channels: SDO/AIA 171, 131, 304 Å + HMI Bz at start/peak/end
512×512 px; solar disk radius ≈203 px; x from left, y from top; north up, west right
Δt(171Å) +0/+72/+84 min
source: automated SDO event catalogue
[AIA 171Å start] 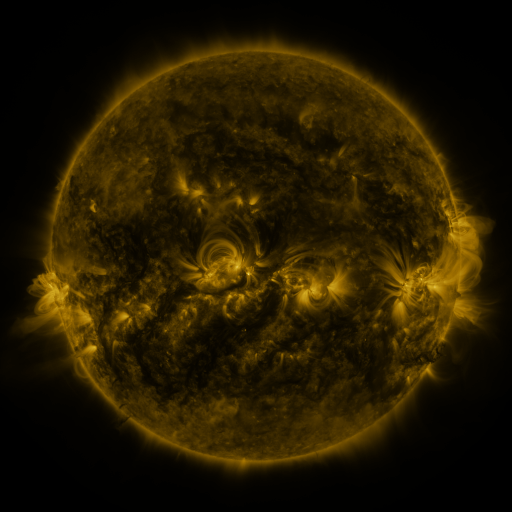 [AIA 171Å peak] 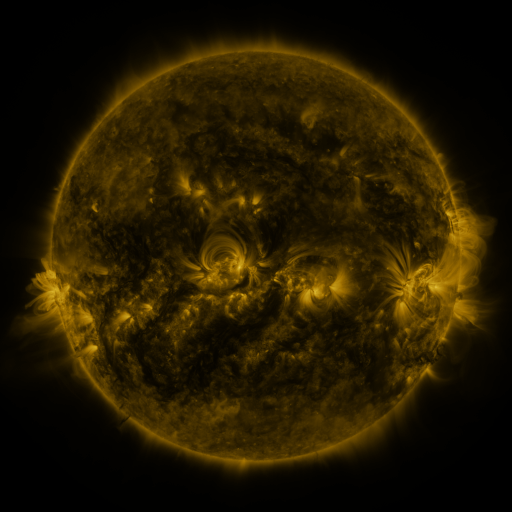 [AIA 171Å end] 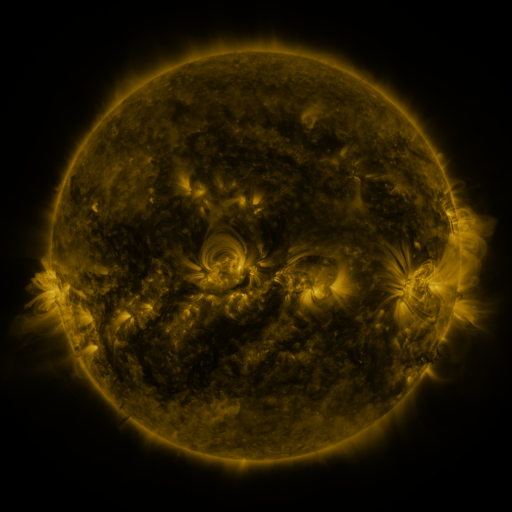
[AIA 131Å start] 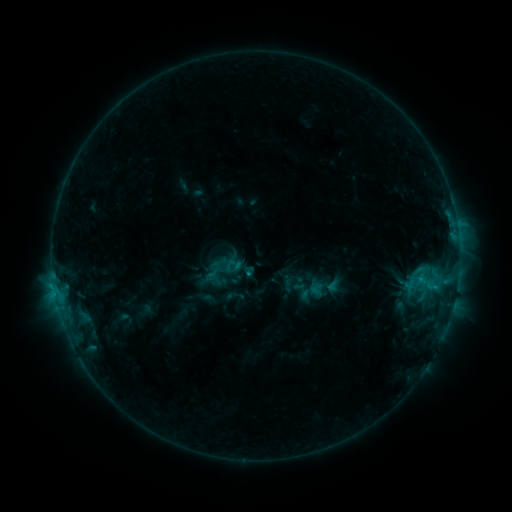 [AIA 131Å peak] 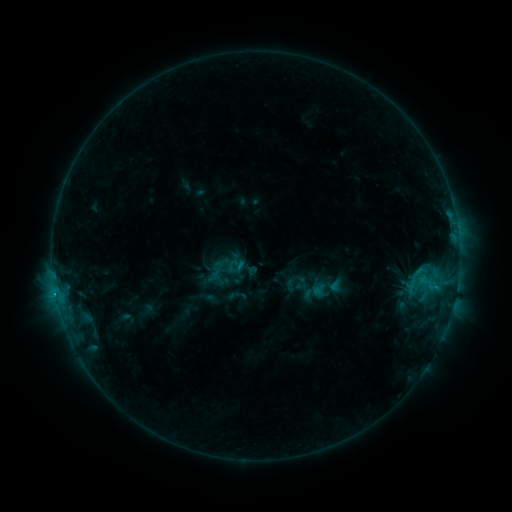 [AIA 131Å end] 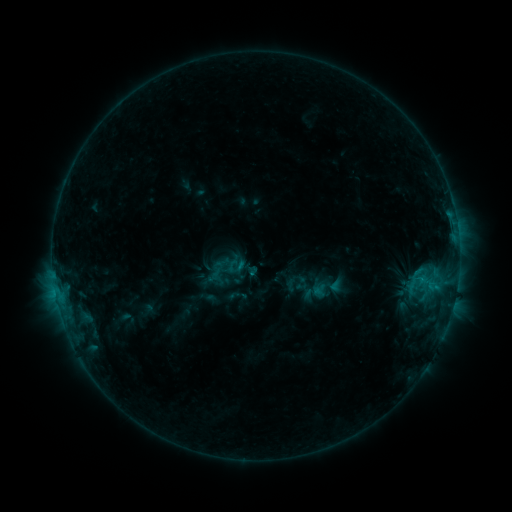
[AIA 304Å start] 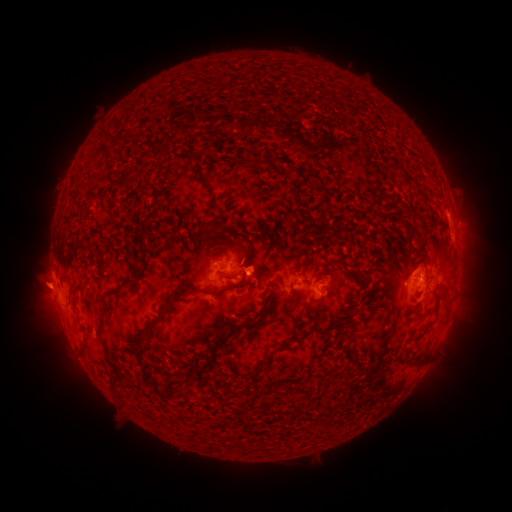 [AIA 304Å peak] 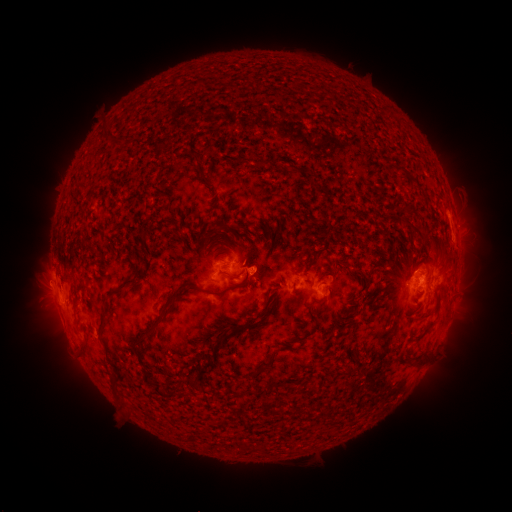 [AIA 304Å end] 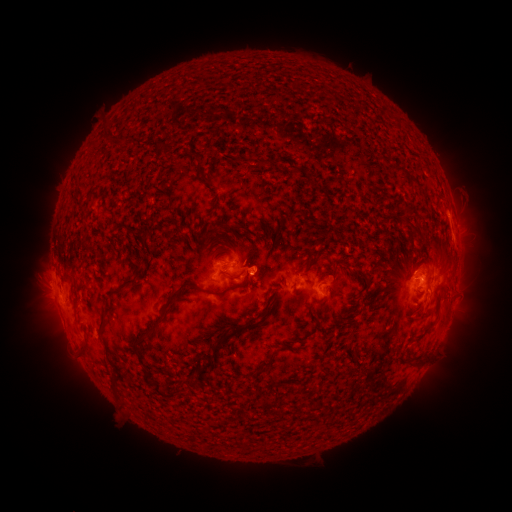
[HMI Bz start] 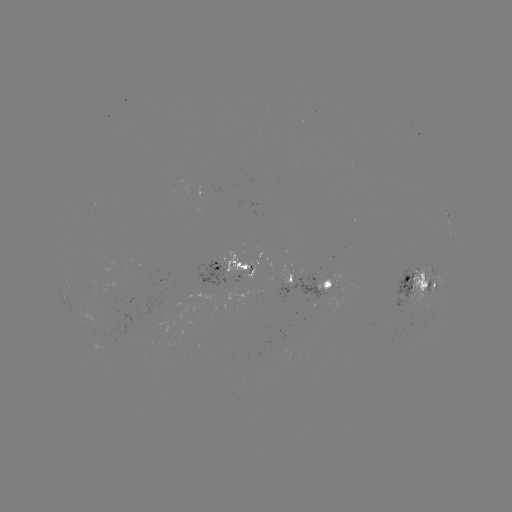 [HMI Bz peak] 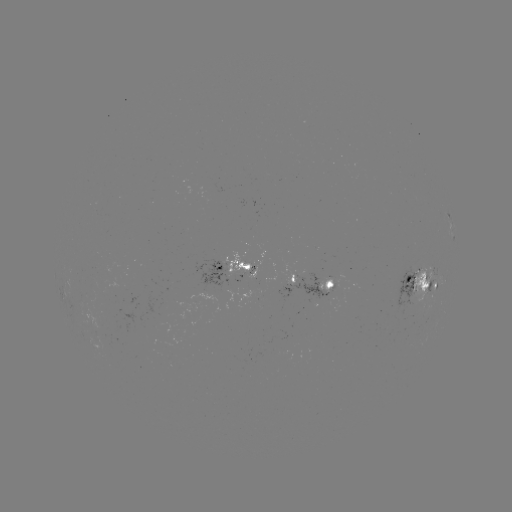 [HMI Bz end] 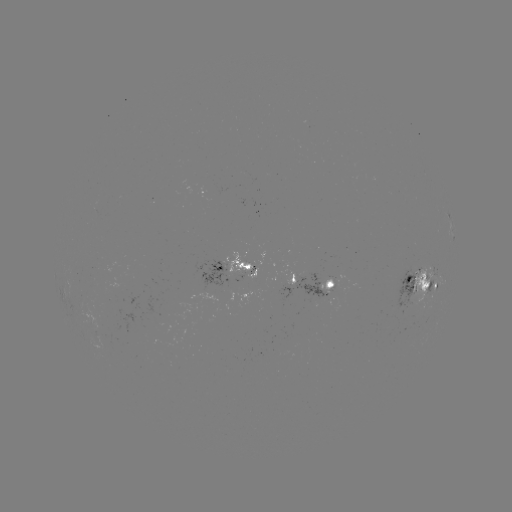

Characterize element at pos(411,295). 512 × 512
emerging-flux region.